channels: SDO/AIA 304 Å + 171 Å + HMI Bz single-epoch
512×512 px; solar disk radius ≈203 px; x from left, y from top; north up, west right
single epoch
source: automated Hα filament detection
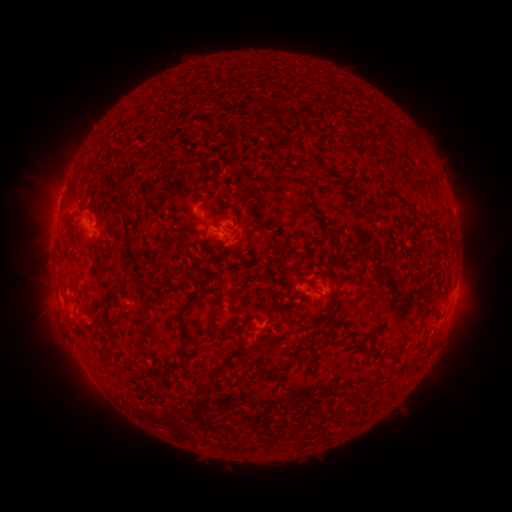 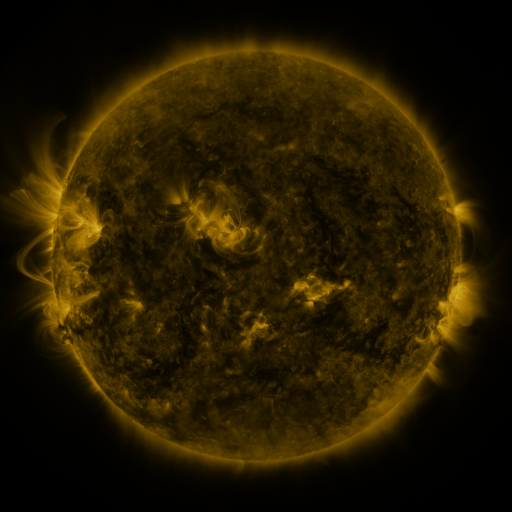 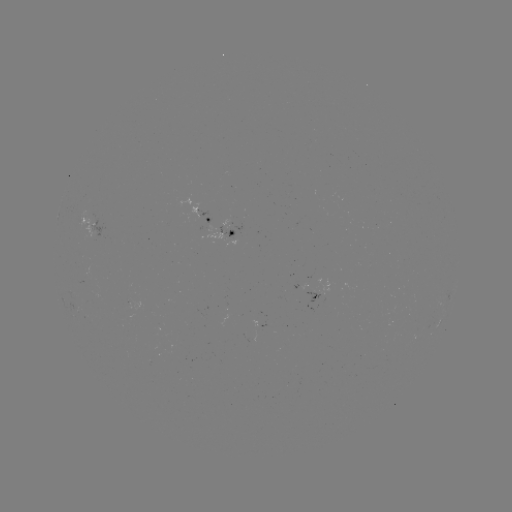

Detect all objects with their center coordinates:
filament: (340, 137)
filament: (311, 166)
filament: (77, 181)
filament: (126, 207)
filament: (159, 225)
filament: (139, 253)
filament: (109, 265)
filament: (429, 307)
filament: (183, 317)
filament: (325, 324)
filament: (235, 326)
filament: (367, 334)
filament: (385, 352)
filament: (271, 370)
